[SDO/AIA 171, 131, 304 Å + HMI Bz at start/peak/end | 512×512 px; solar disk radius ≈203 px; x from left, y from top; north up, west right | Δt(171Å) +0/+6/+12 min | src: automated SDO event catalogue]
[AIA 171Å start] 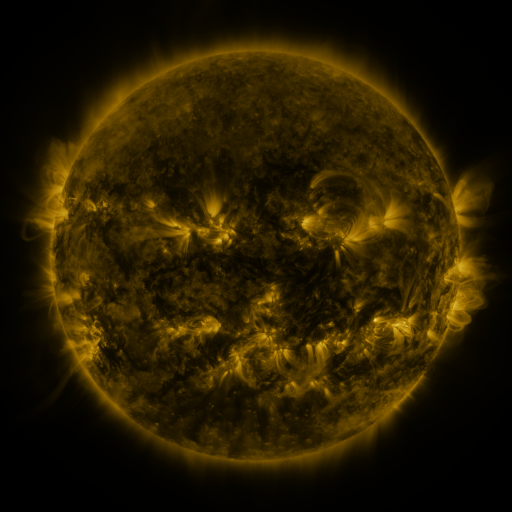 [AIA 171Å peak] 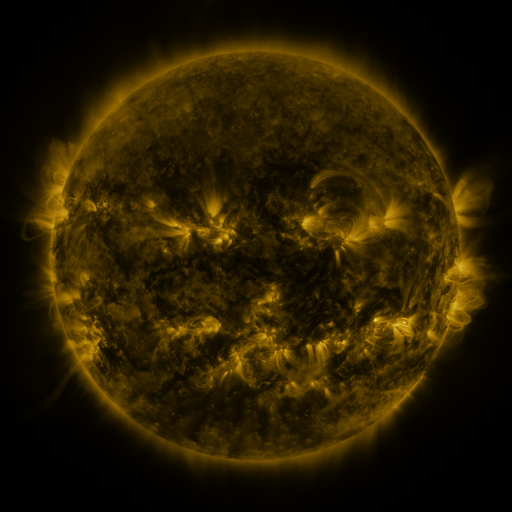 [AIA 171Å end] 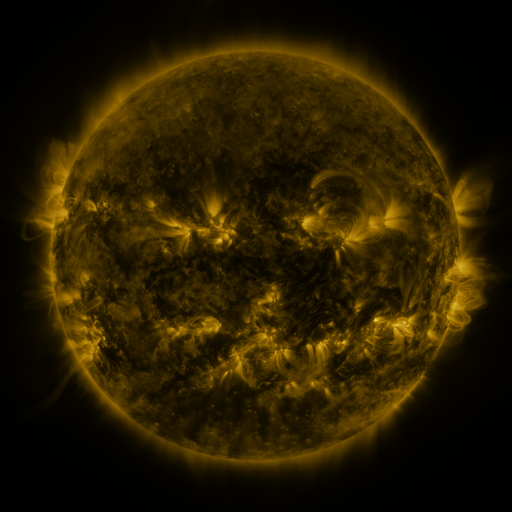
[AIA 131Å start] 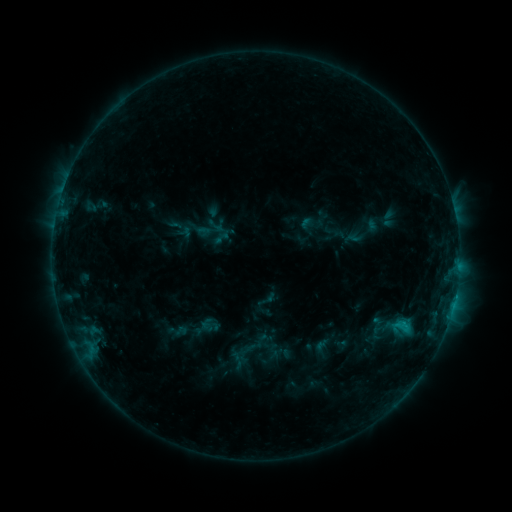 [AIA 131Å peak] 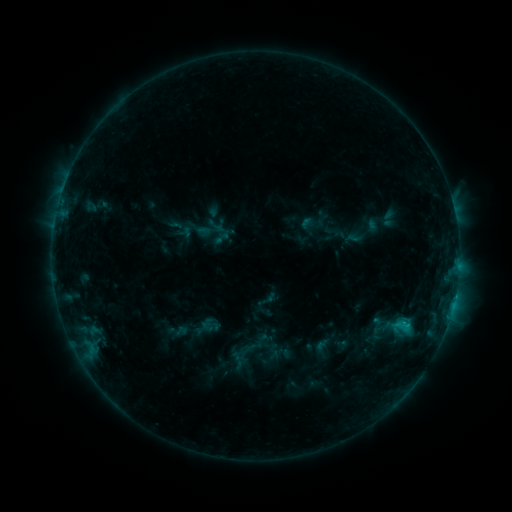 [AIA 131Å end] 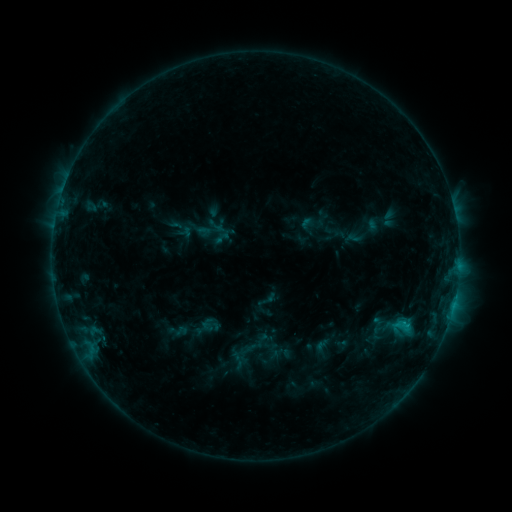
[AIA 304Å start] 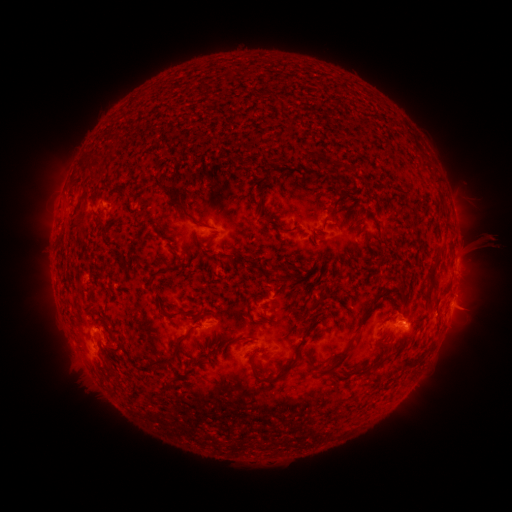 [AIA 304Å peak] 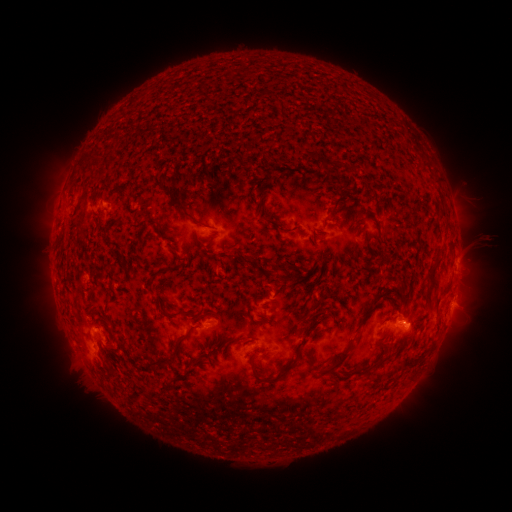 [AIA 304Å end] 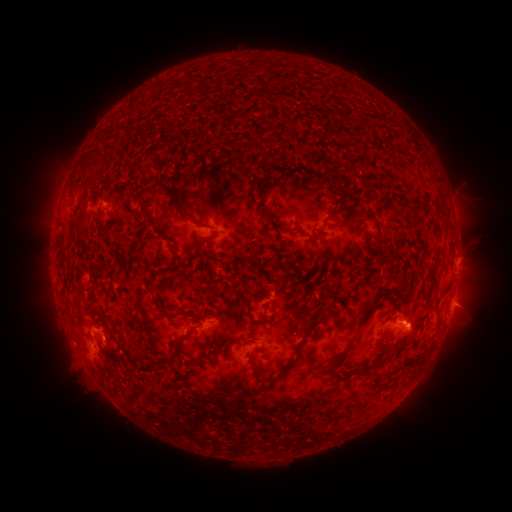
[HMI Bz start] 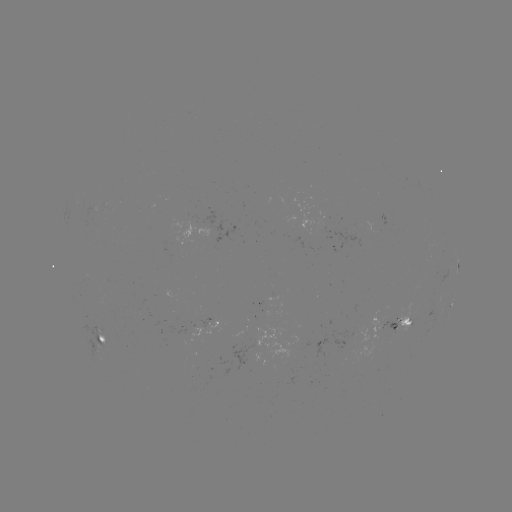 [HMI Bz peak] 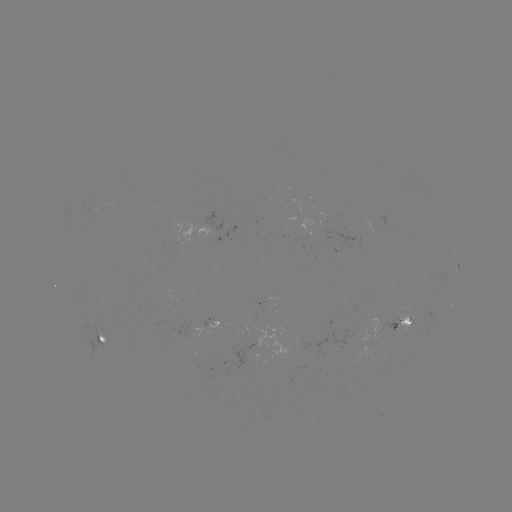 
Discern C1.1 flare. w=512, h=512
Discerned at [406, 322].